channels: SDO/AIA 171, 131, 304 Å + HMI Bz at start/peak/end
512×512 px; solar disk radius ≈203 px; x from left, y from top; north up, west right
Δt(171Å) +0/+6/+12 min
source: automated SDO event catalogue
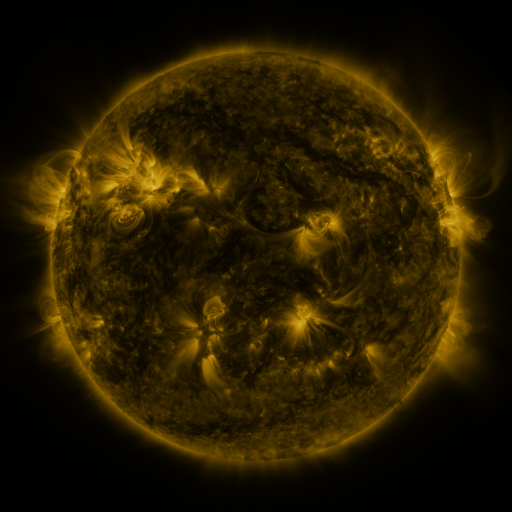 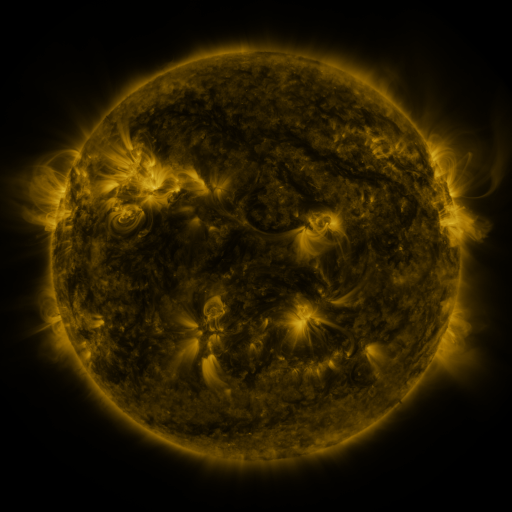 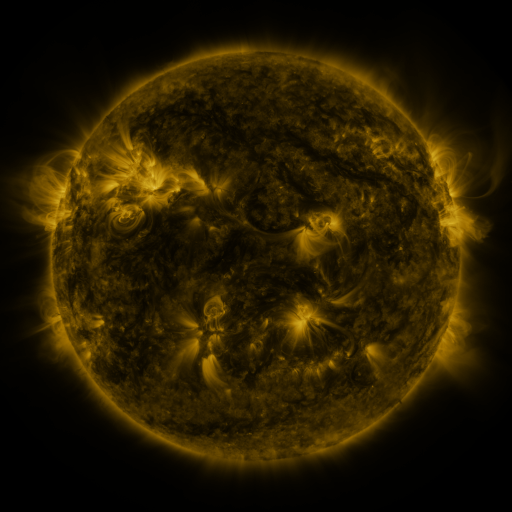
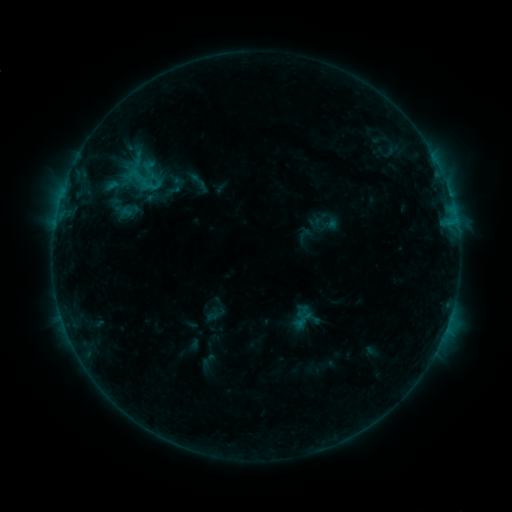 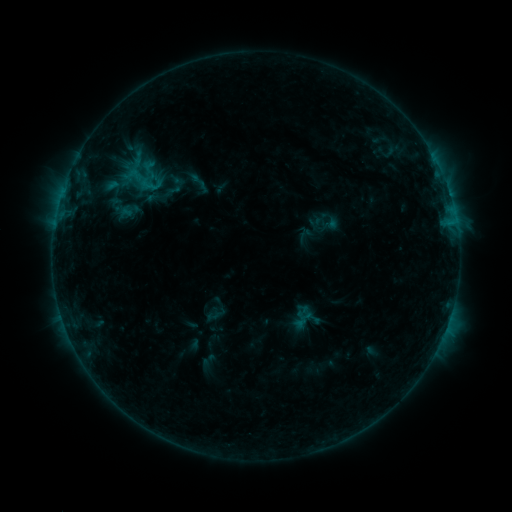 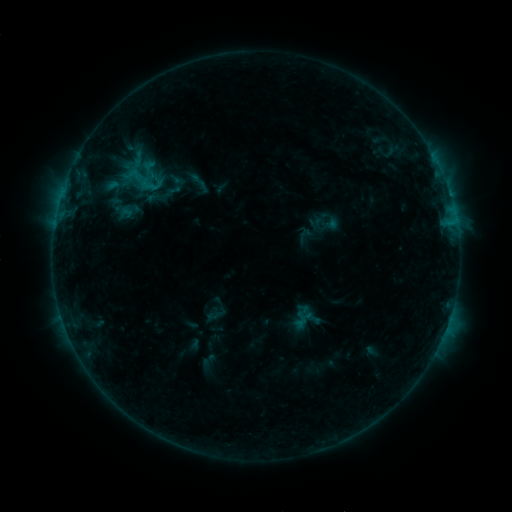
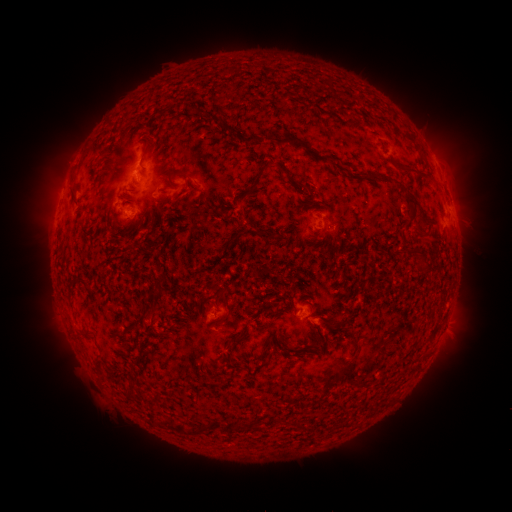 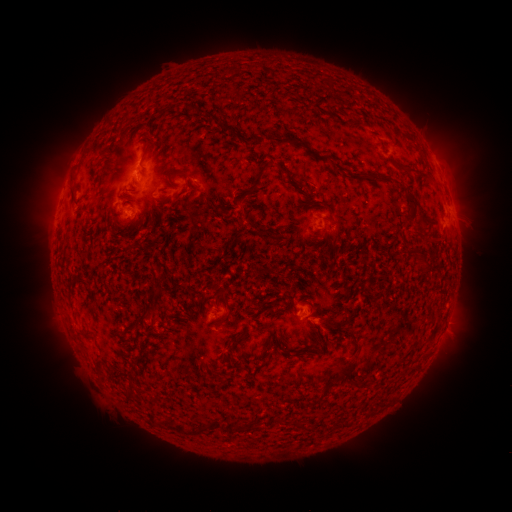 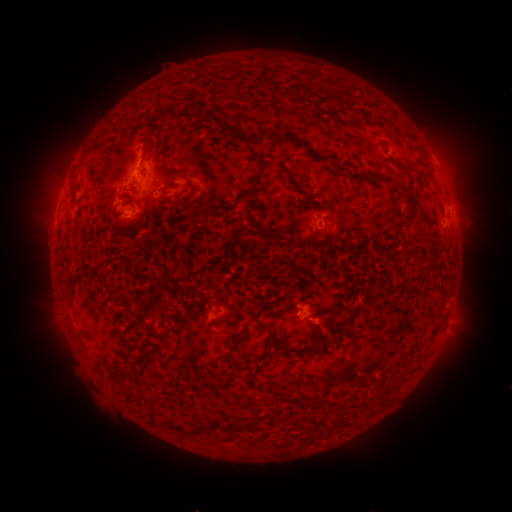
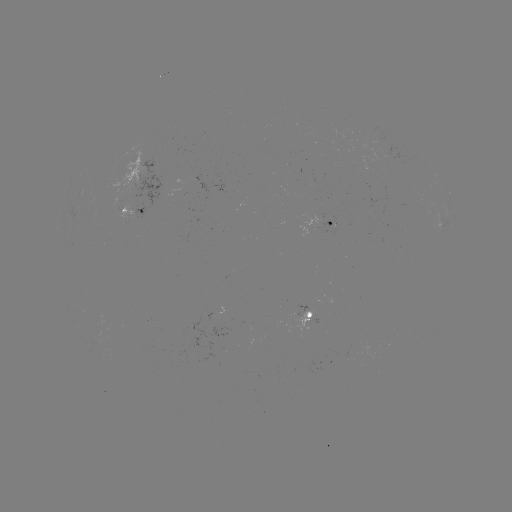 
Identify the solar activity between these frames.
no flare in any classed list; no EUV-trigger detection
